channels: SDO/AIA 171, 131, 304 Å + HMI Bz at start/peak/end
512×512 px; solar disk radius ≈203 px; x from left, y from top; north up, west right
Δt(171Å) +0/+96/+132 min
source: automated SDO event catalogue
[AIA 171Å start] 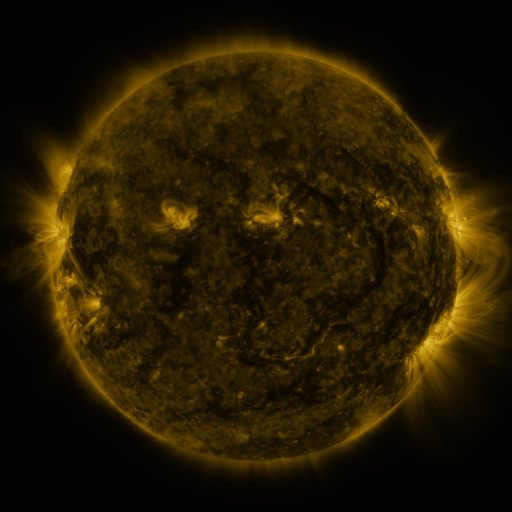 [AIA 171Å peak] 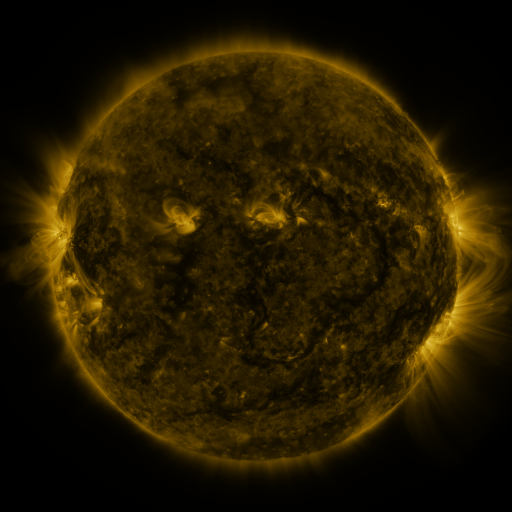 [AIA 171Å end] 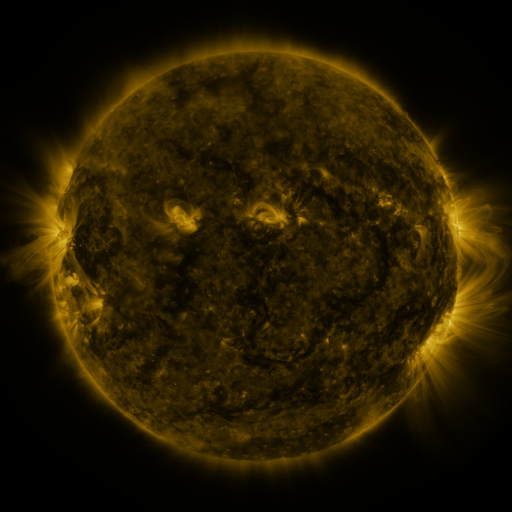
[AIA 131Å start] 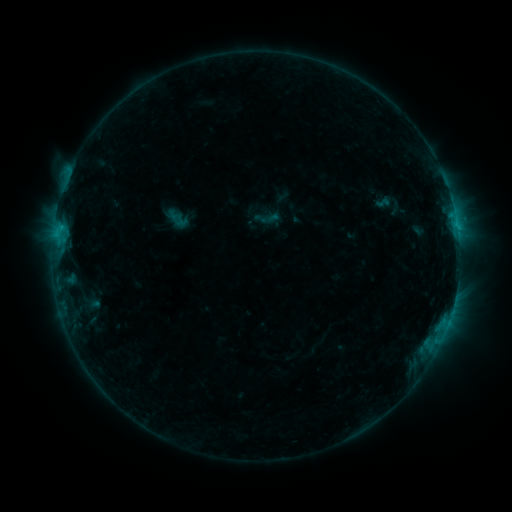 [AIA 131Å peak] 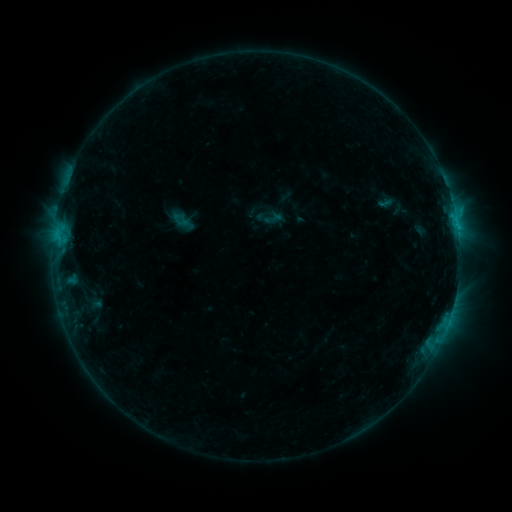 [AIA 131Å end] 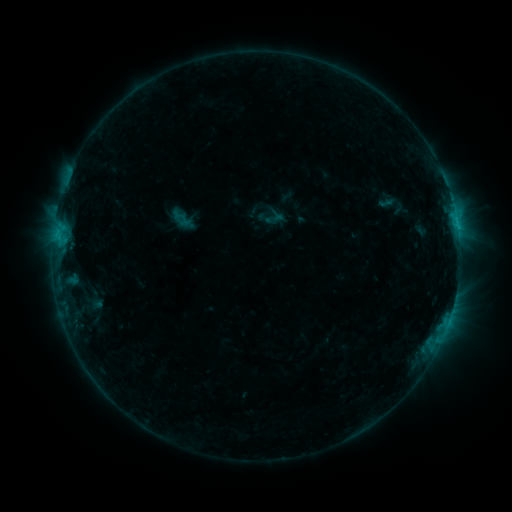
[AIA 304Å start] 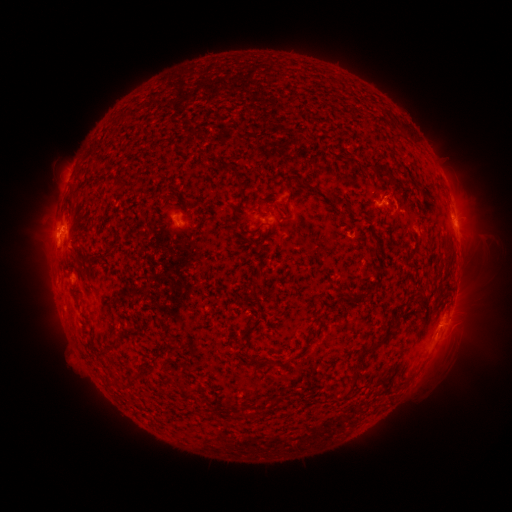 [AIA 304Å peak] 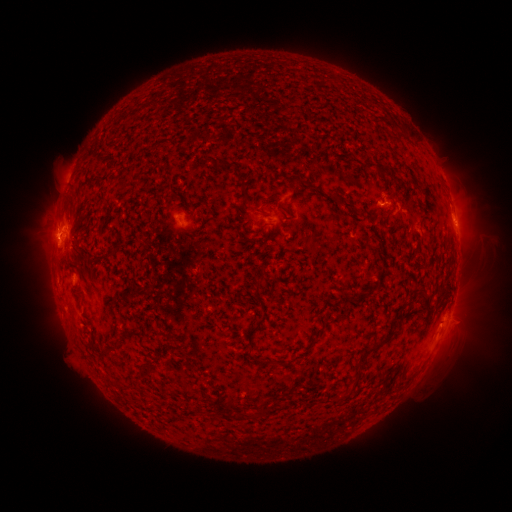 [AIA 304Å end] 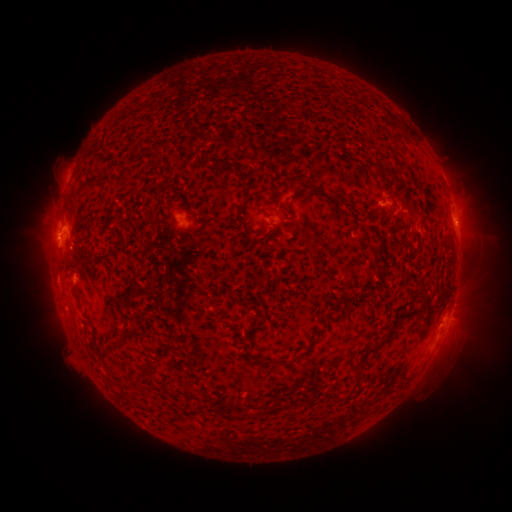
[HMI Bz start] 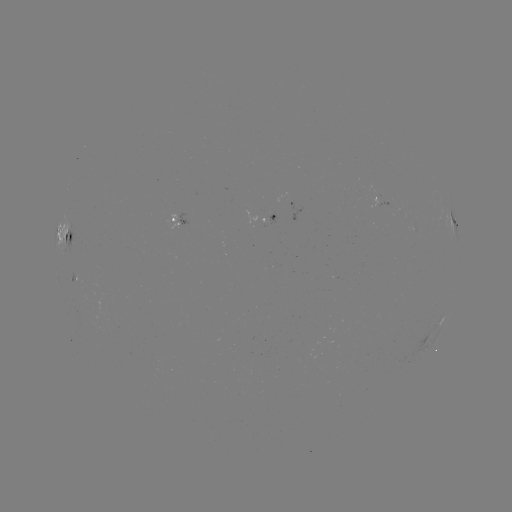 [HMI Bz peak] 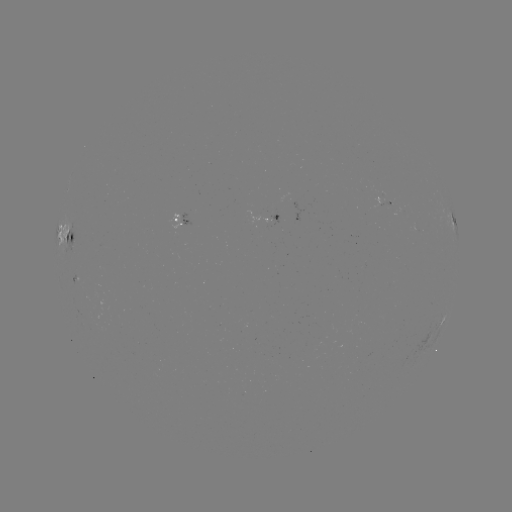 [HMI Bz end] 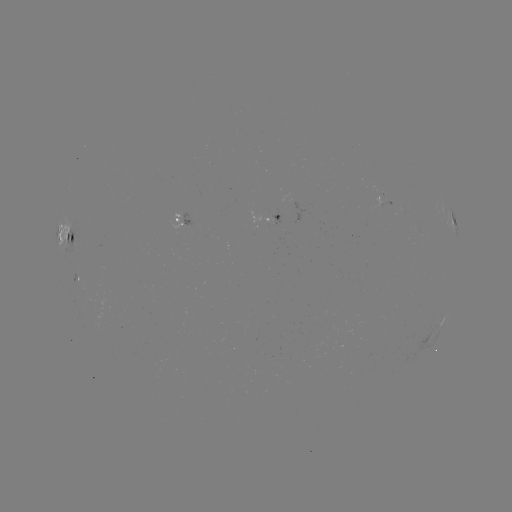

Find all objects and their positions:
emerging-flux region: (273, 220)
